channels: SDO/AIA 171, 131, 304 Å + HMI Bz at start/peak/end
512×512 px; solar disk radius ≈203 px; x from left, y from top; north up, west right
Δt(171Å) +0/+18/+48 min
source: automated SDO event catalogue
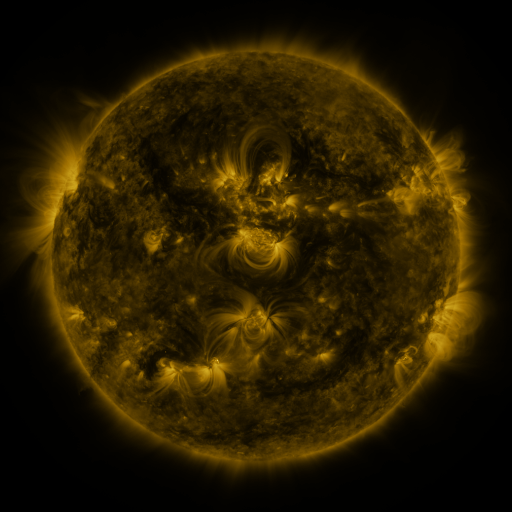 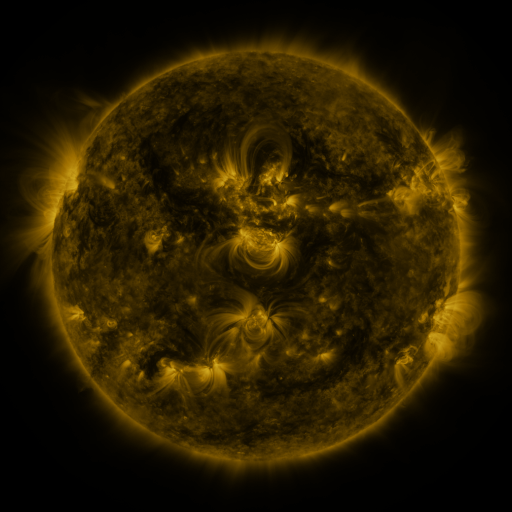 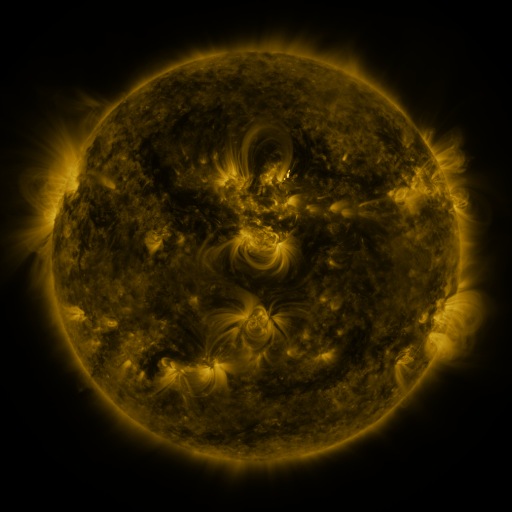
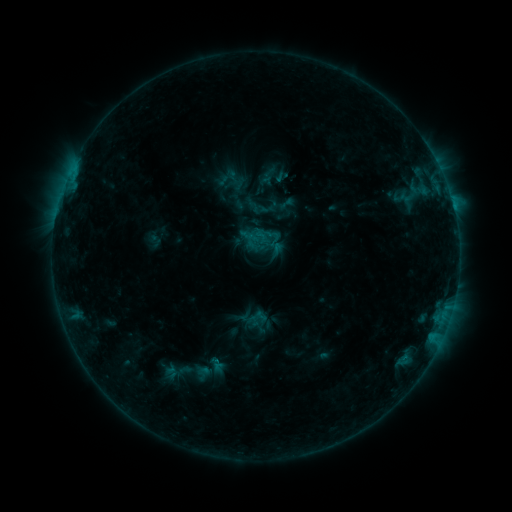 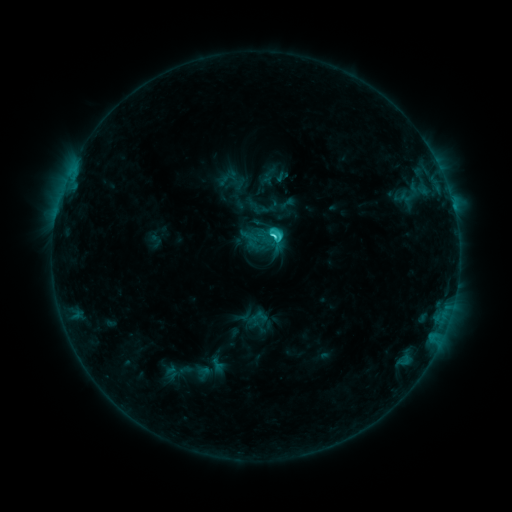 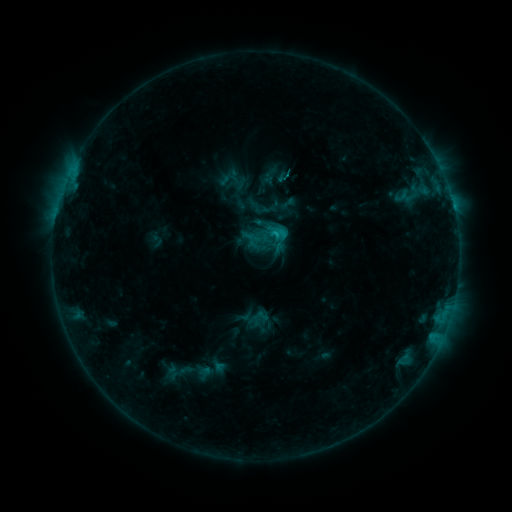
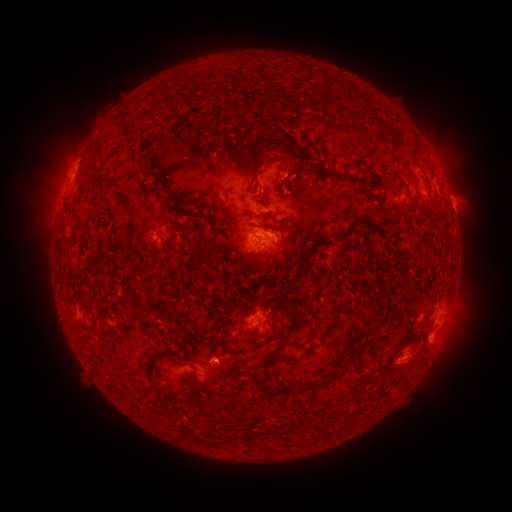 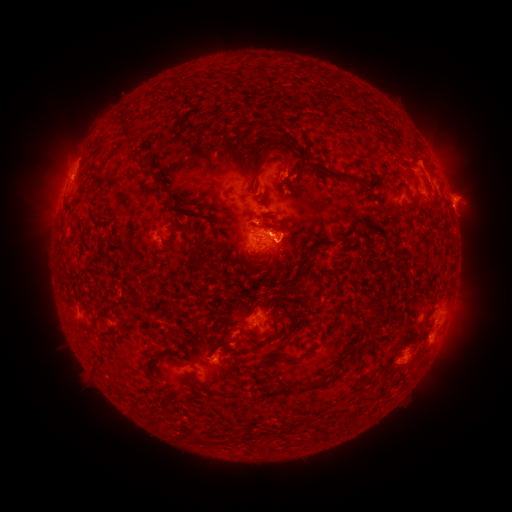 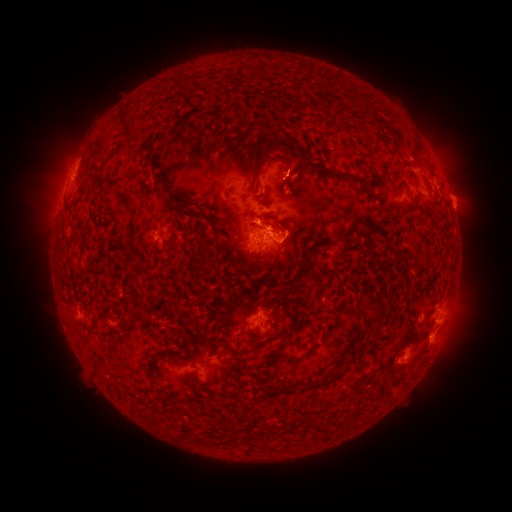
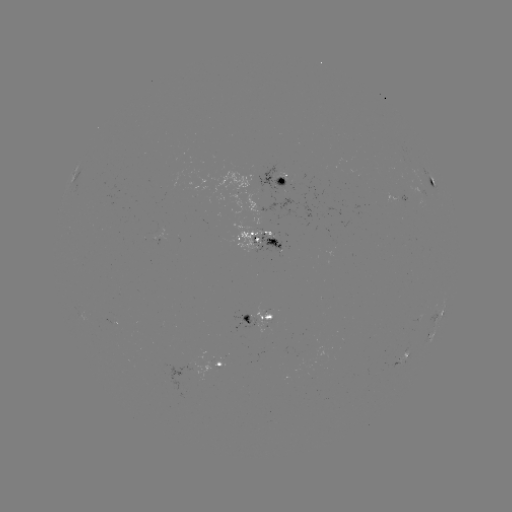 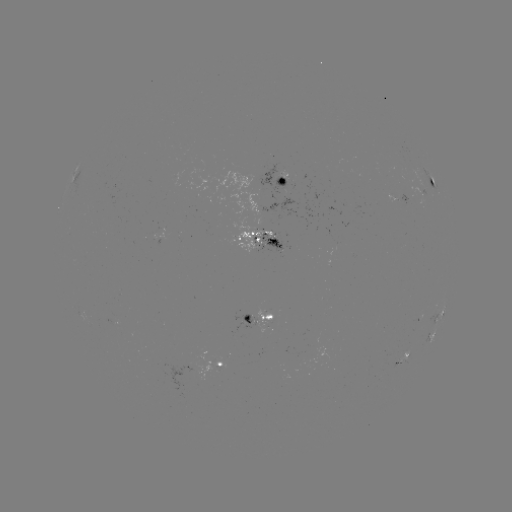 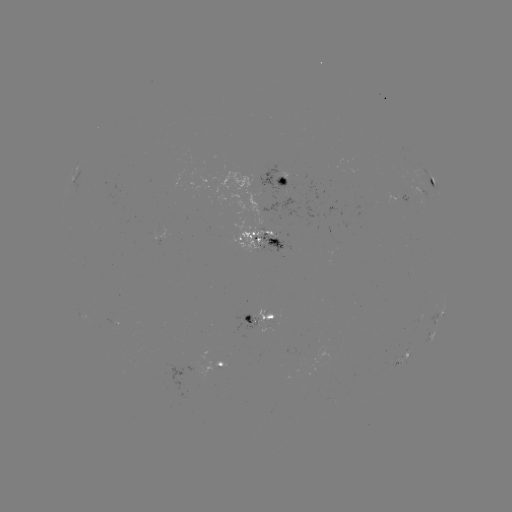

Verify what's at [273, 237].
C2.8 flare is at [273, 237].